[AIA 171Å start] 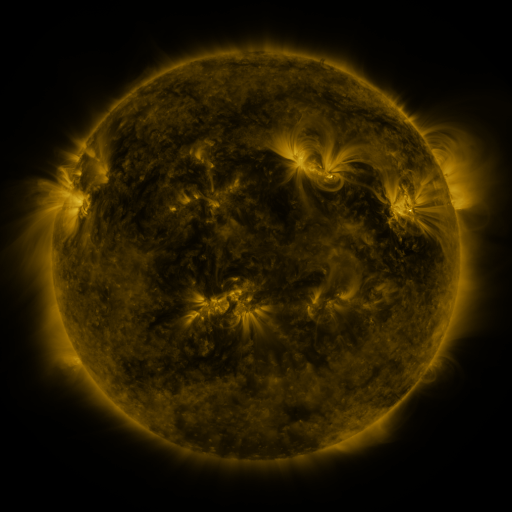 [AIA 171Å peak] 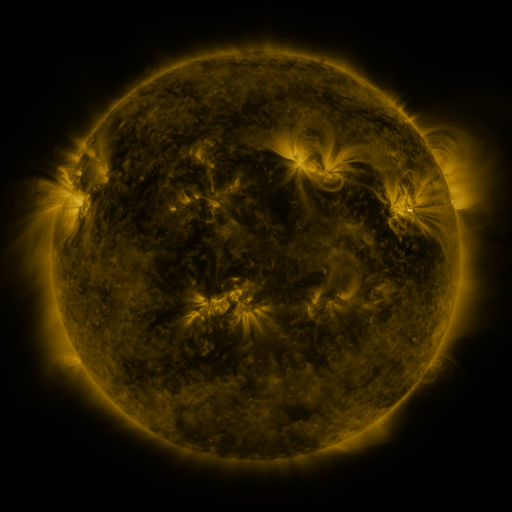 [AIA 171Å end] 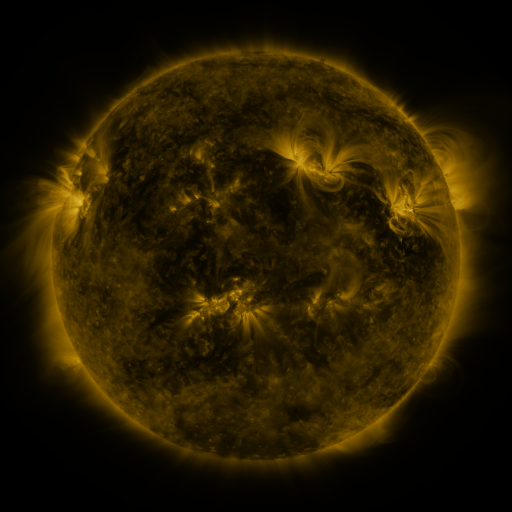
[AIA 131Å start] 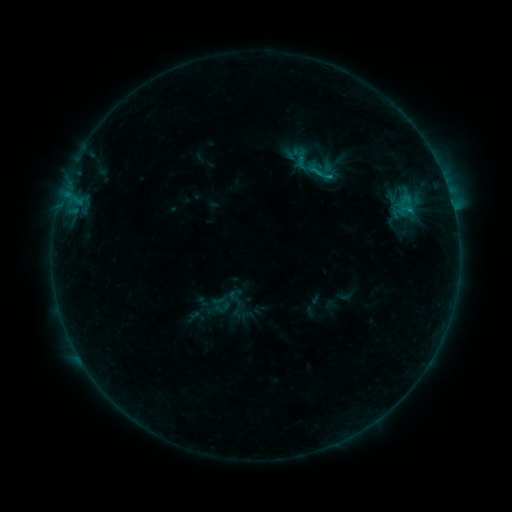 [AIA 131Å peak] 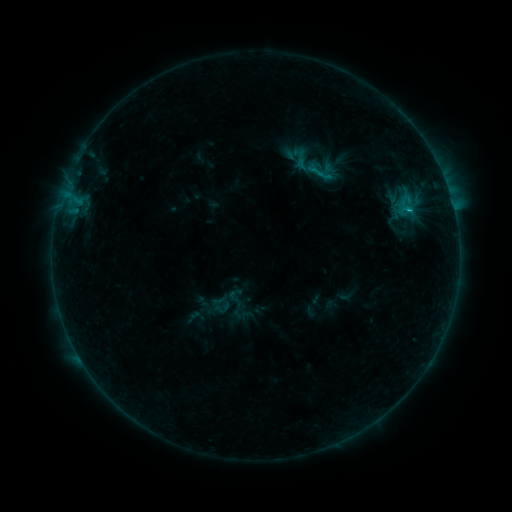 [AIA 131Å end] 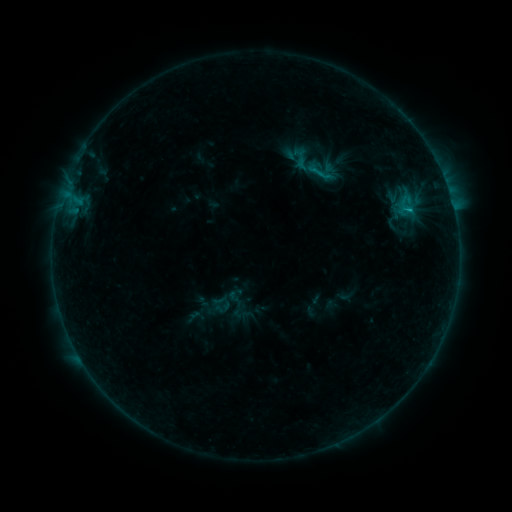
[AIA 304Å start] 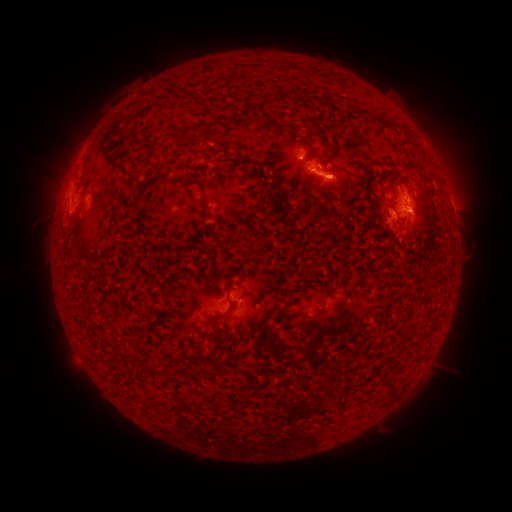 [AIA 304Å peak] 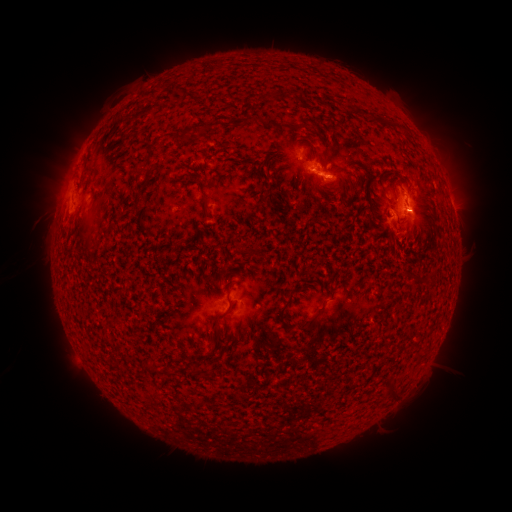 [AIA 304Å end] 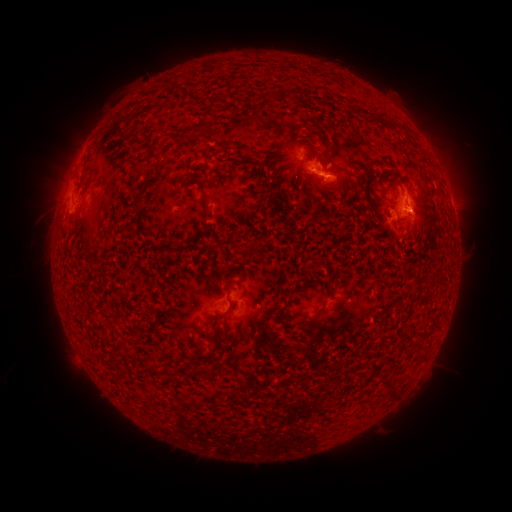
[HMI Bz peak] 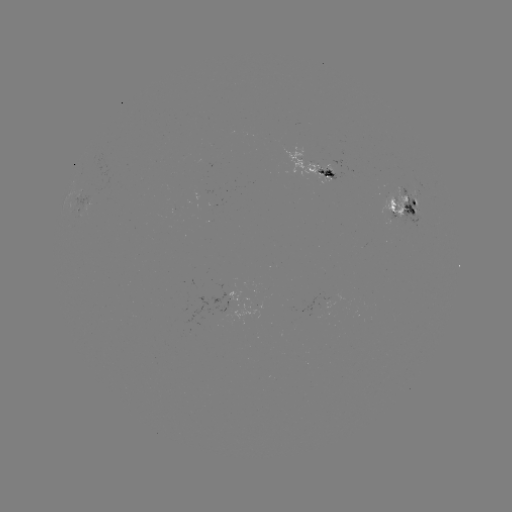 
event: flare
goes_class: C1.0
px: (401, 210)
